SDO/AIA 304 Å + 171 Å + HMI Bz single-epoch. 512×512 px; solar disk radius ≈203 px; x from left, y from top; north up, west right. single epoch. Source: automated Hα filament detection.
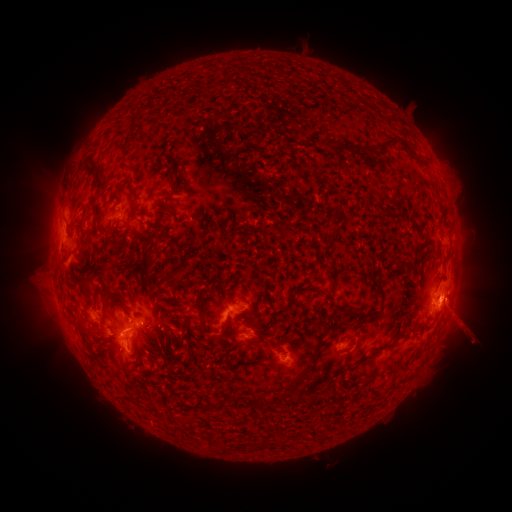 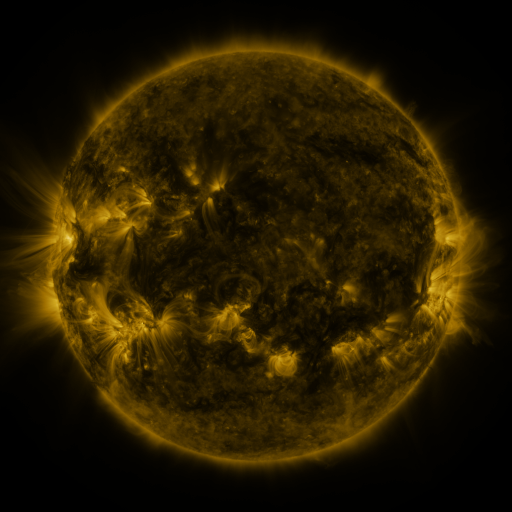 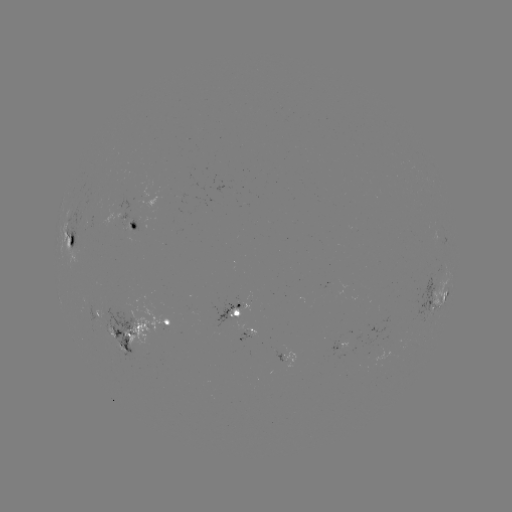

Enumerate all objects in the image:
filament: [128, 121, 147, 141]
filament: [375, 136, 404, 154]
filament: [343, 141, 360, 154]
filament: [366, 144, 379, 157]
filament: [406, 150, 416, 159]
filament: [420, 156, 430, 167]
filament: [86, 159, 105, 195]
filament: [165, 171, 173, 184]
filament: [129, 204, 137, 215]
filament: [165, 205, 176, 214]
filament: [383, 206, 393, 215]
filament: [152, 227, 163, 233]
filament: [130, 243, 152, 283]
filament: [153, 265, 184, 302]
filament: [377, 280, 386, 300]
filament: [79, 281, 92, 299]
filament: [283, 283, 304, 313]
filament: [310, 283, 322, 294]
filament: [169, 296, 186, 306]
filament: [341, 305, 360, 317]
filament: [164, 310, 173, 320]
filament: [199, 318, 209, 331]
filament: [358, 327, 405, 364]
filament: [113, 330, 121, 340]
filament: [280, 344, 321, 403]
filament: [350, 376, 364, 383]
filament: [201, 391, 270, 413]
filament: [265, 437, 272, 446]
